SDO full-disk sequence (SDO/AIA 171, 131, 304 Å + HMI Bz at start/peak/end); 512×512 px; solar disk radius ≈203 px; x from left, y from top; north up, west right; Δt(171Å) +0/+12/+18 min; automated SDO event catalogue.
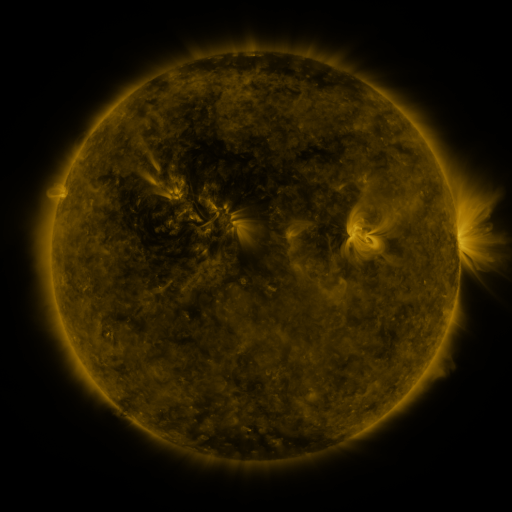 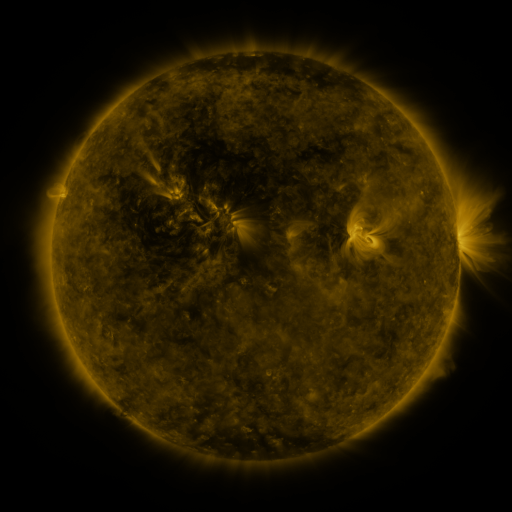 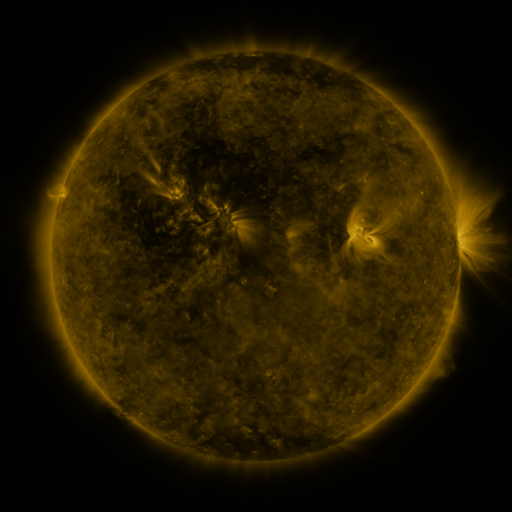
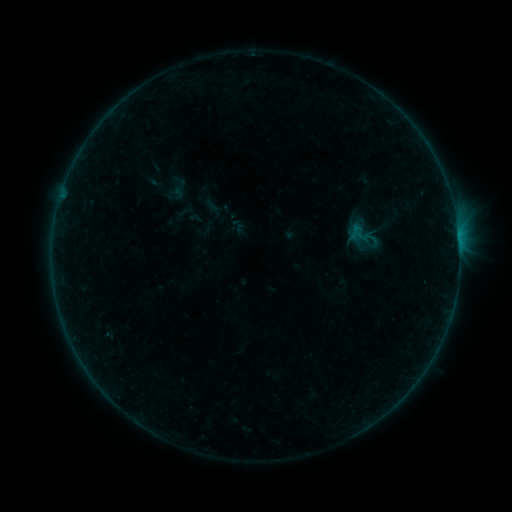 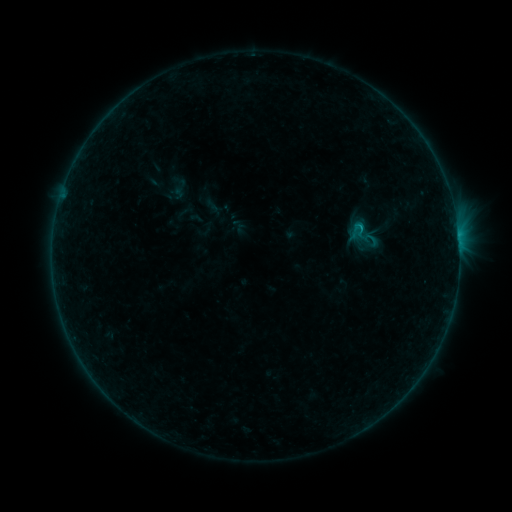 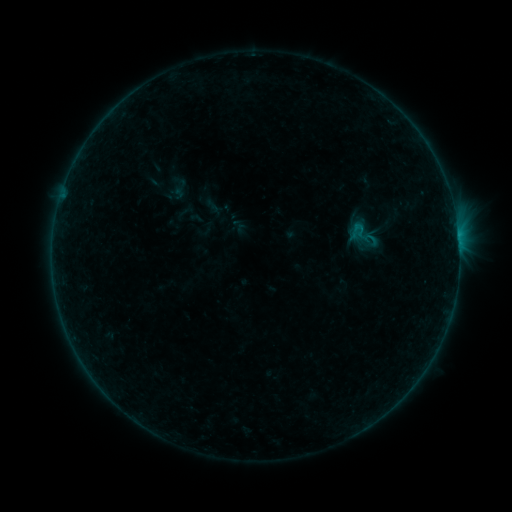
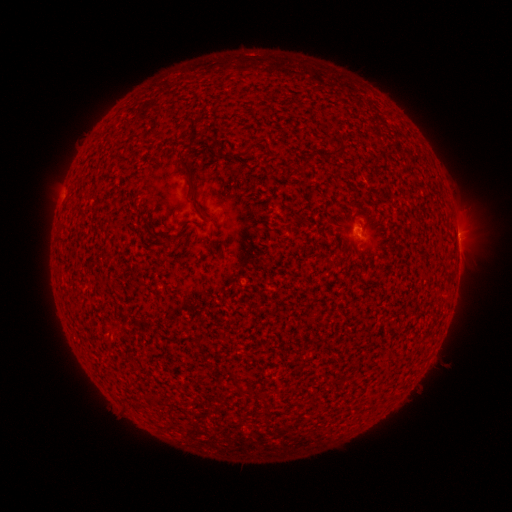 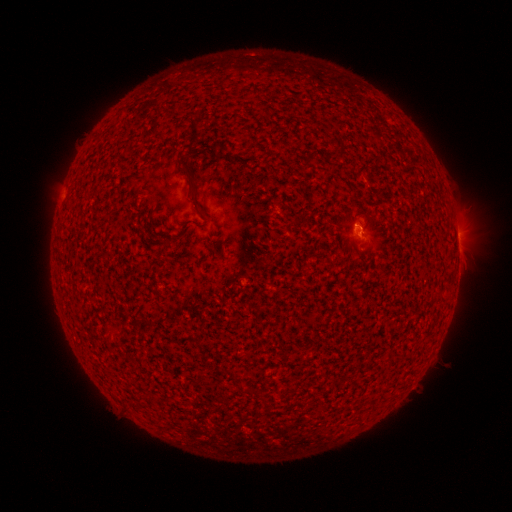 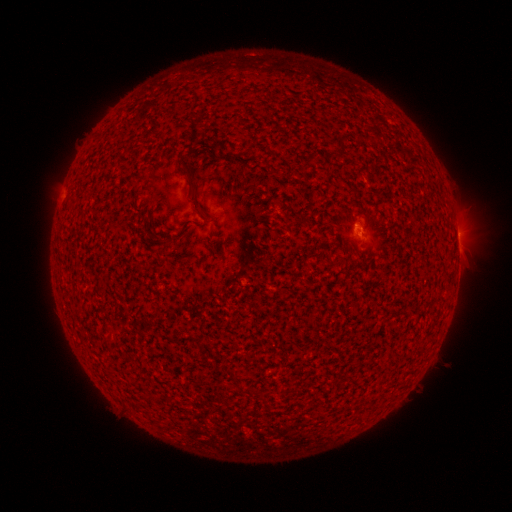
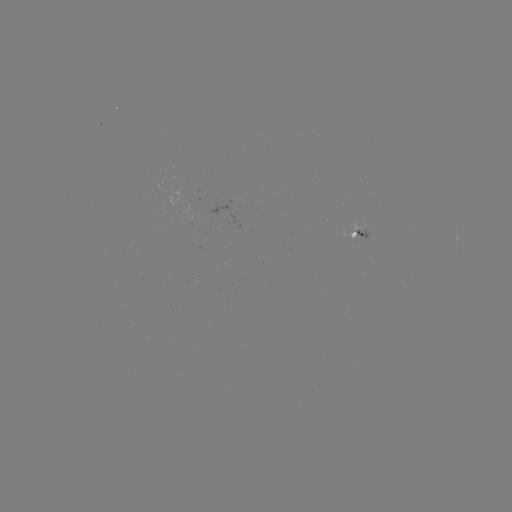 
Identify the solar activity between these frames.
B3.5 flare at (359, 230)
